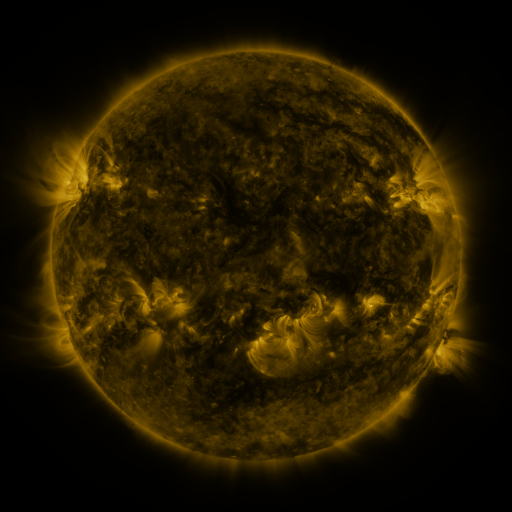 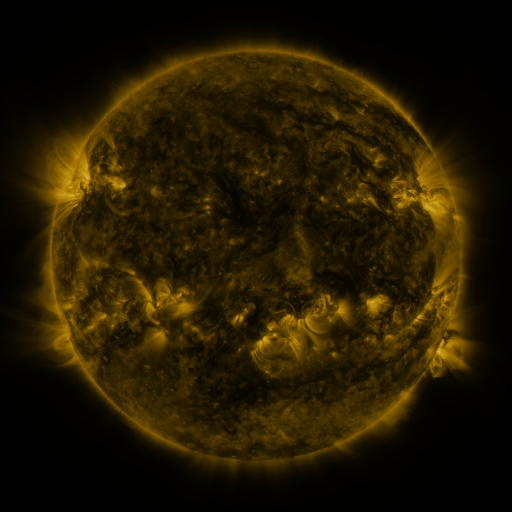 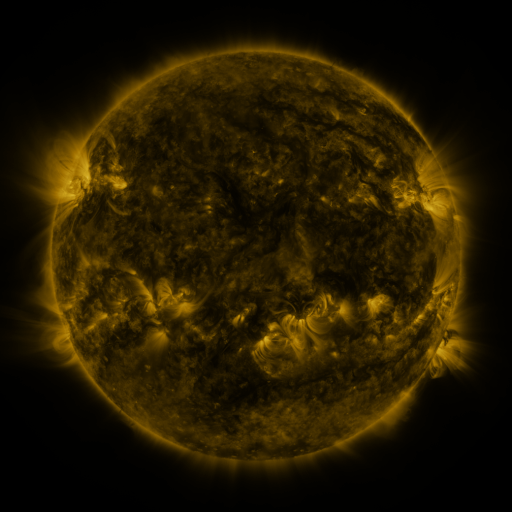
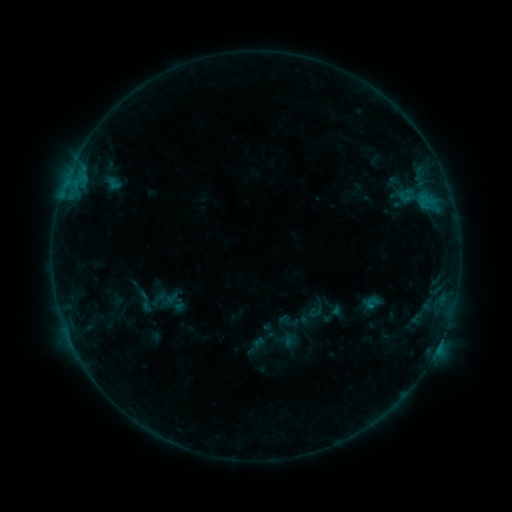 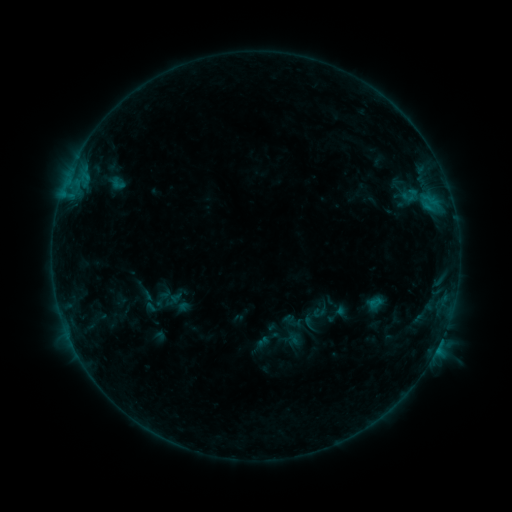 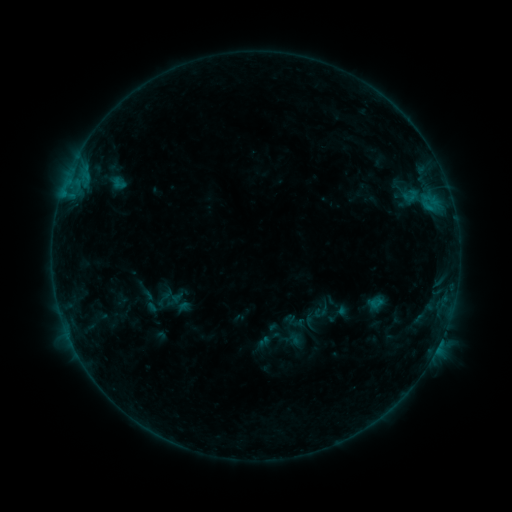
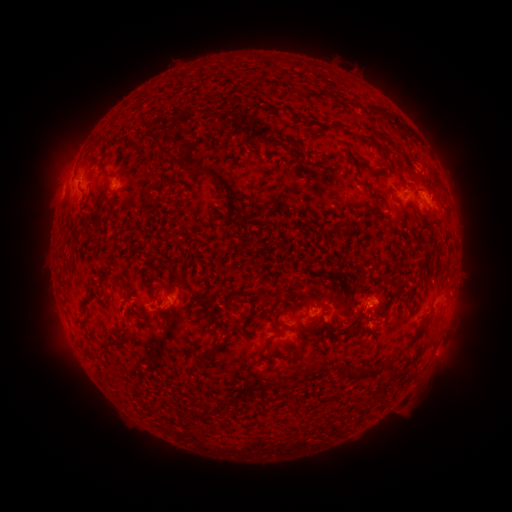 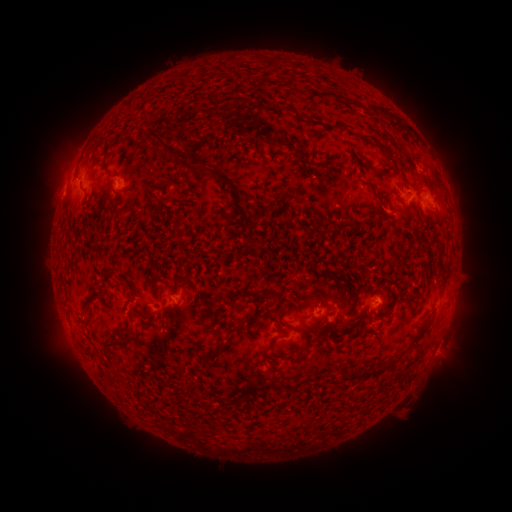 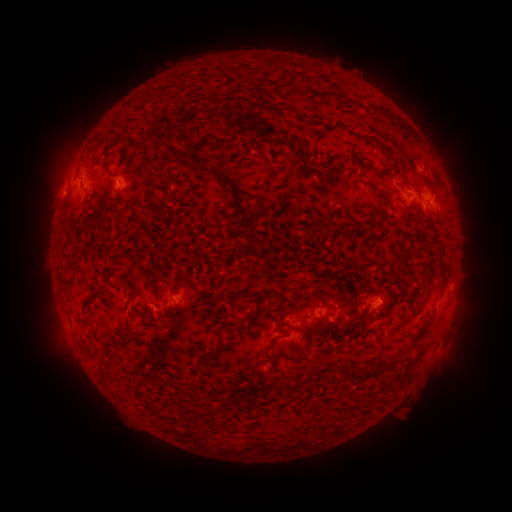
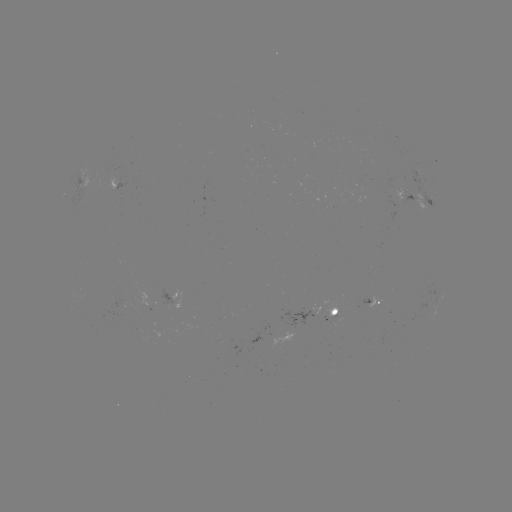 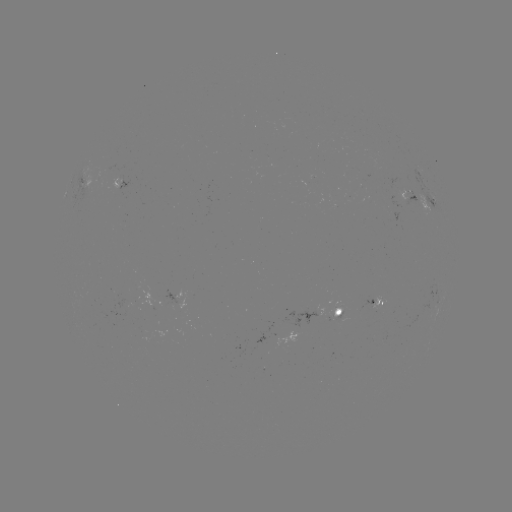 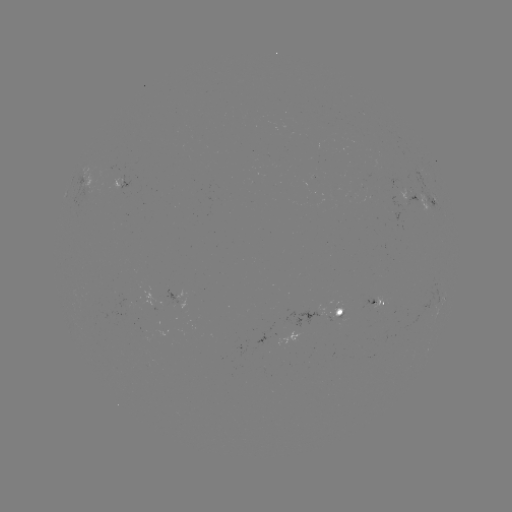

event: emerging-flux region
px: (406, 191)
